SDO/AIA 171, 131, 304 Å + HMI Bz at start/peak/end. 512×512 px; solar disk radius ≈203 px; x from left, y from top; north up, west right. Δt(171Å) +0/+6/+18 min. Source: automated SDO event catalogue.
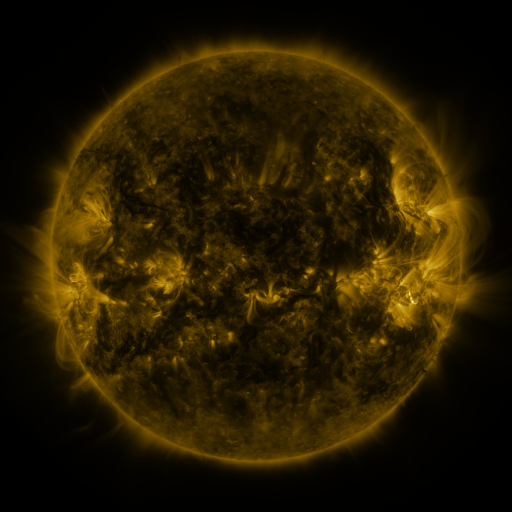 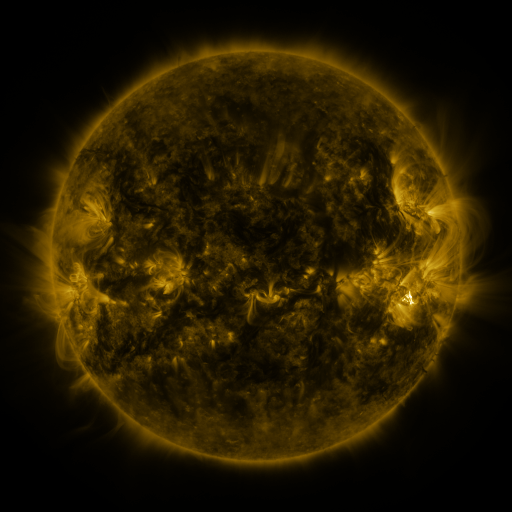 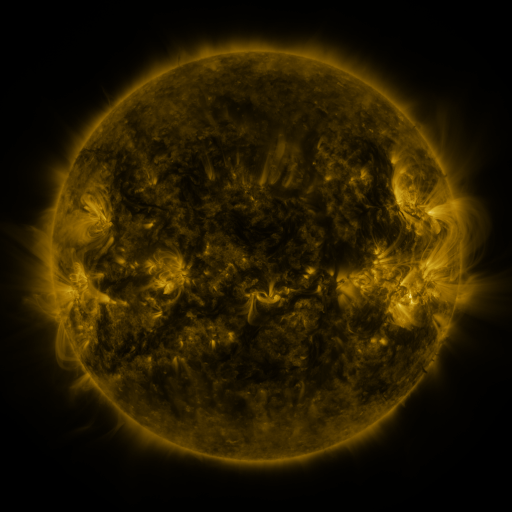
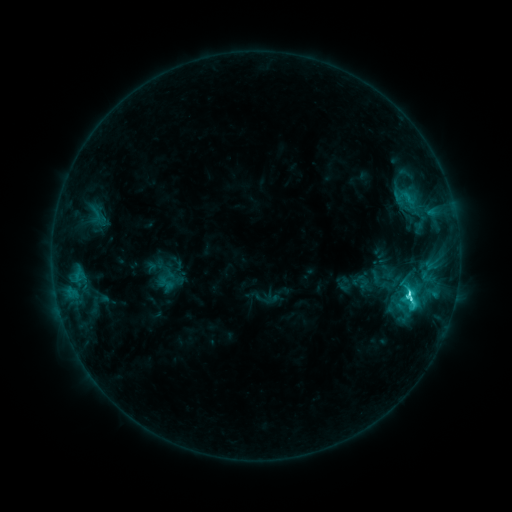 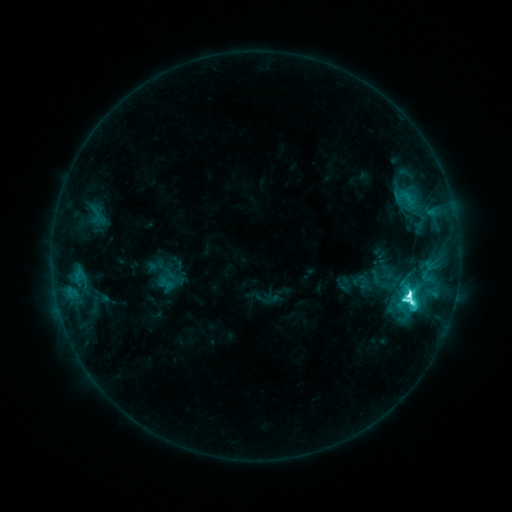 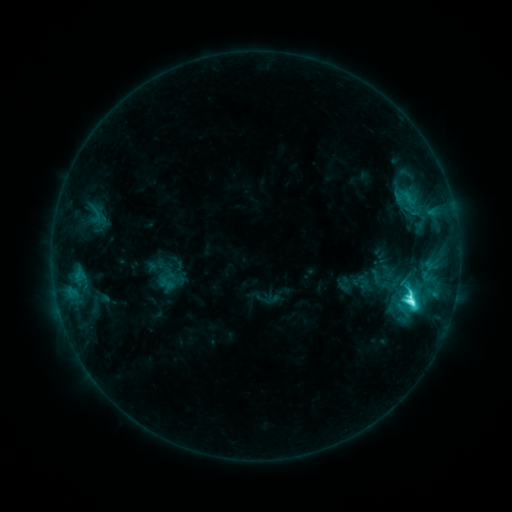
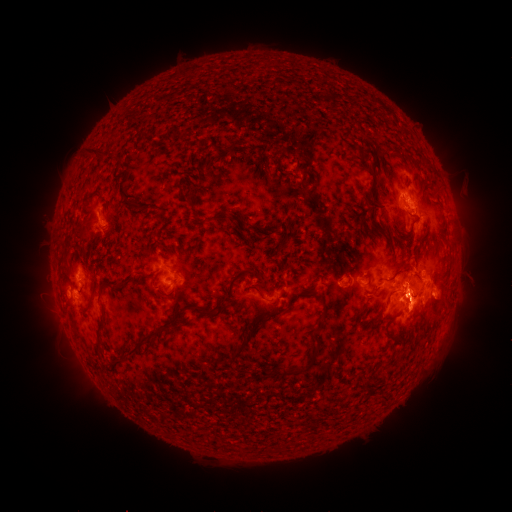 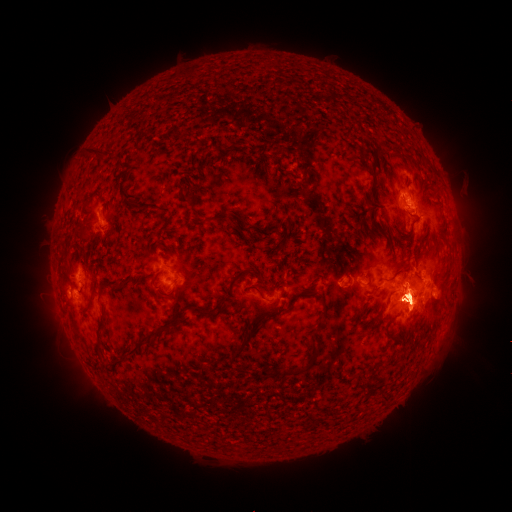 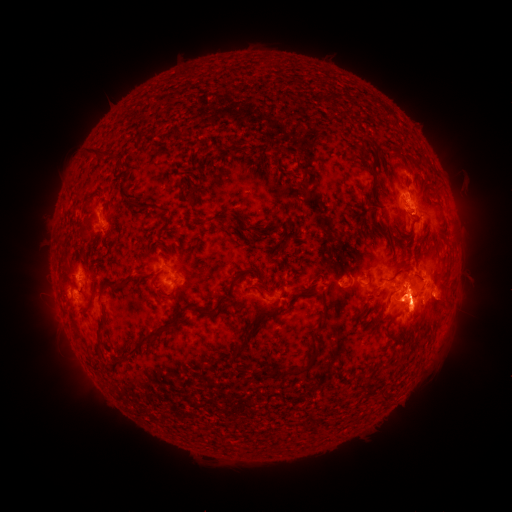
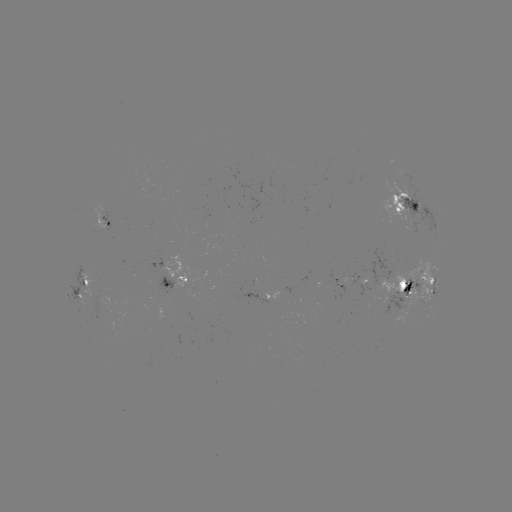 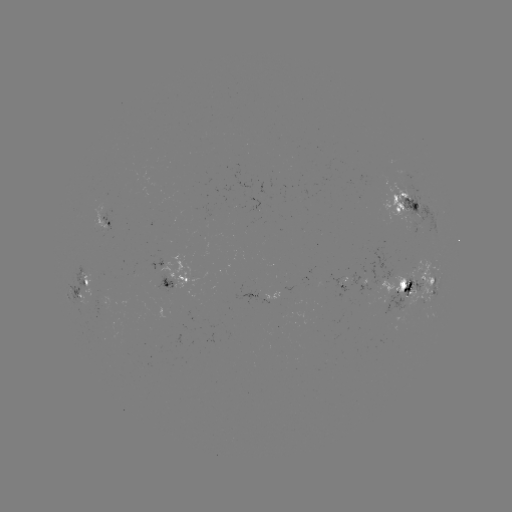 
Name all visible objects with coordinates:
M2.0 flare: (408, 298)
